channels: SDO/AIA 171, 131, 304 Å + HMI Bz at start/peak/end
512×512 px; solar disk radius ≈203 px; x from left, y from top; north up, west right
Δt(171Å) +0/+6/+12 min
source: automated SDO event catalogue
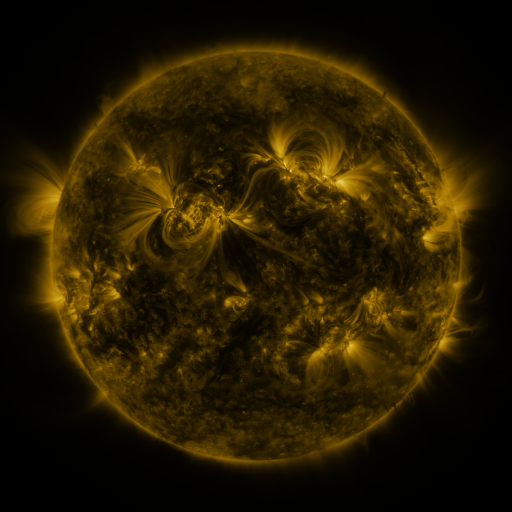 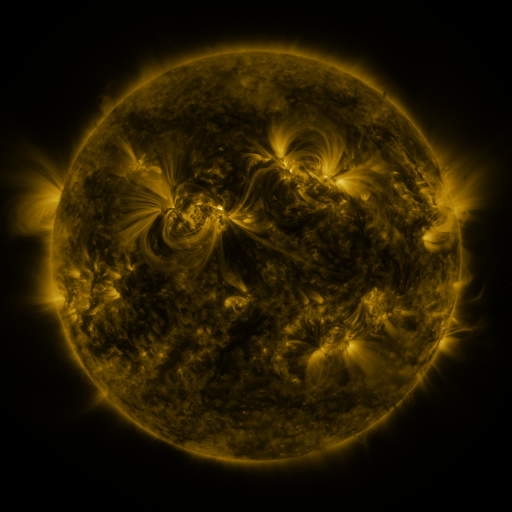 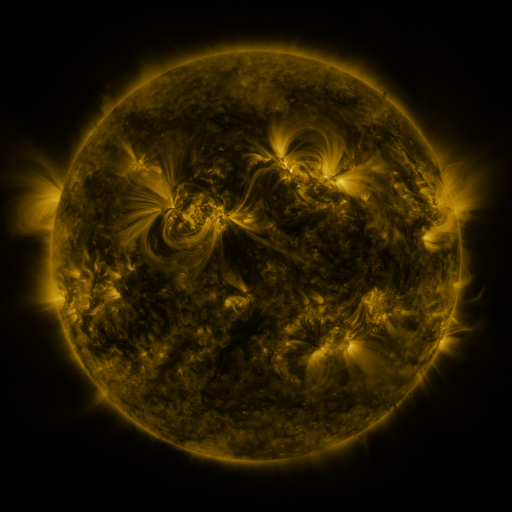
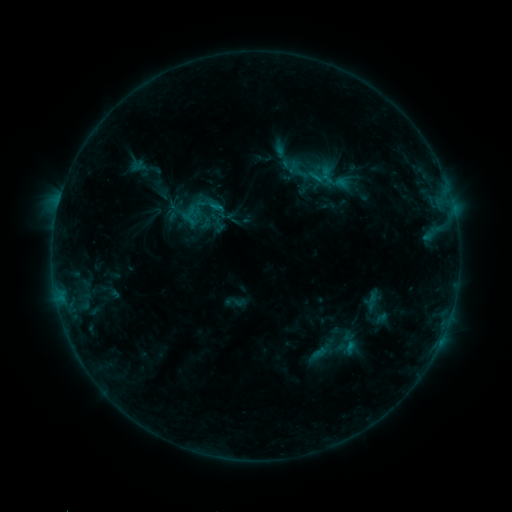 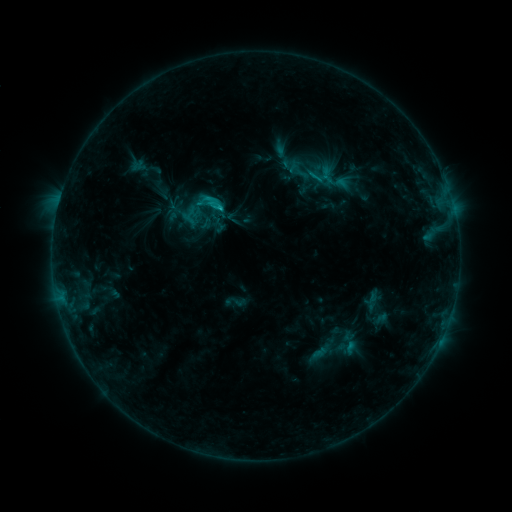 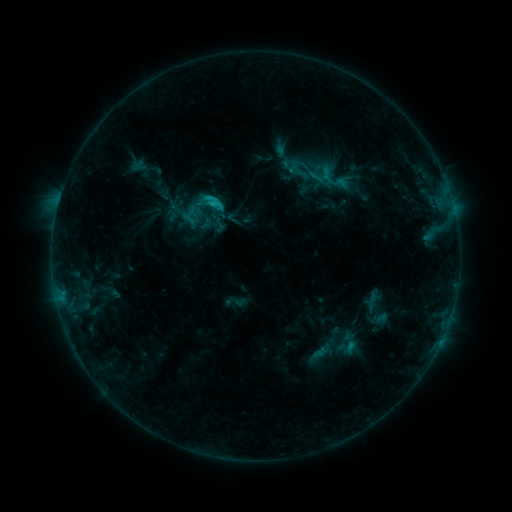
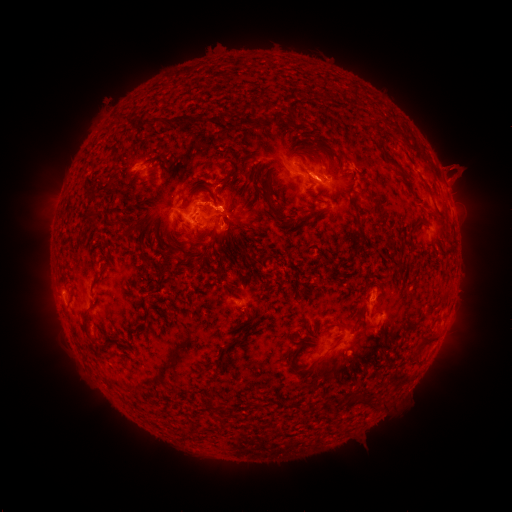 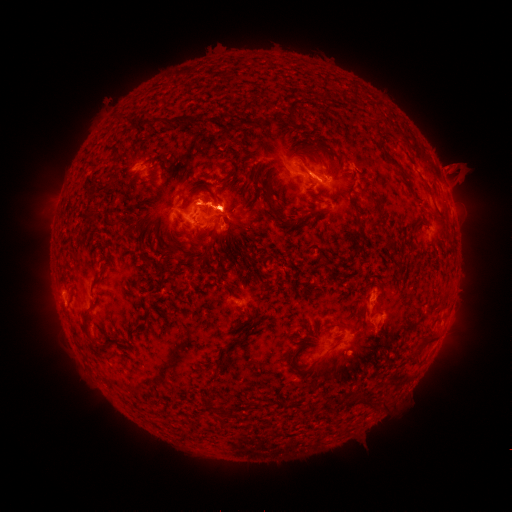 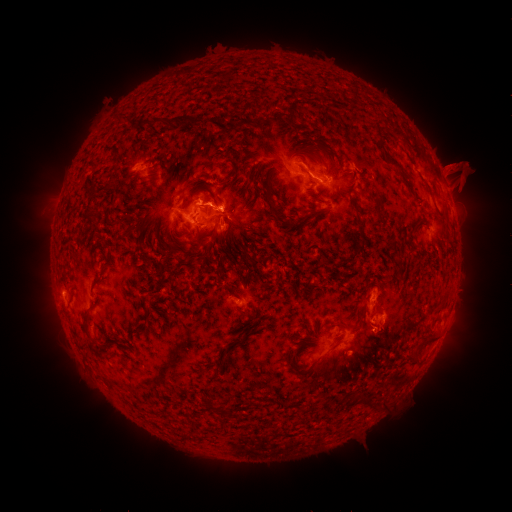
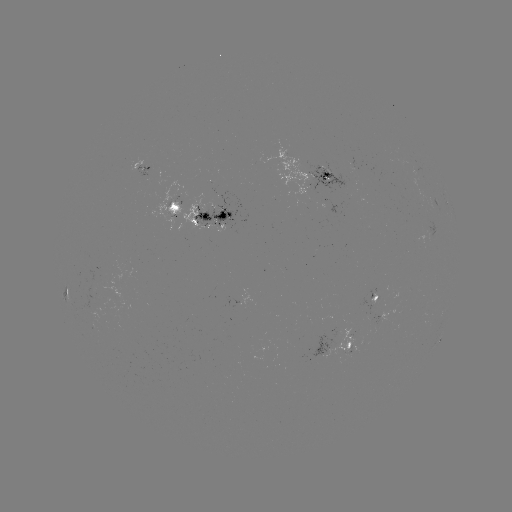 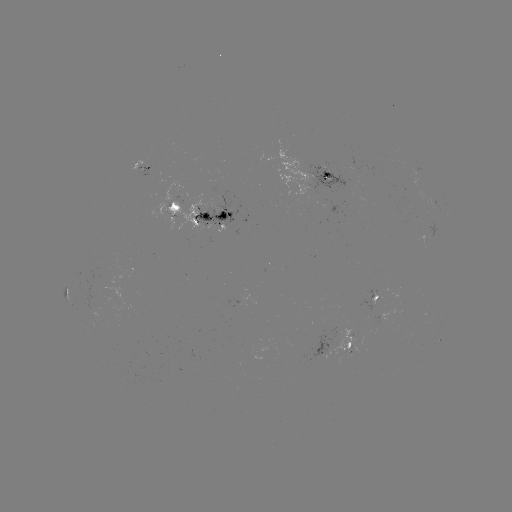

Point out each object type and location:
eruption: (234, 201)
